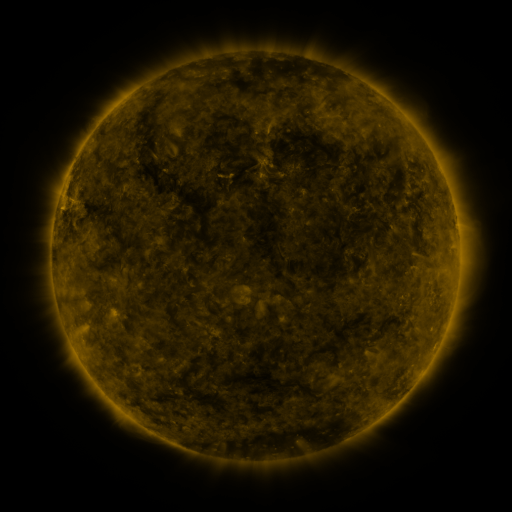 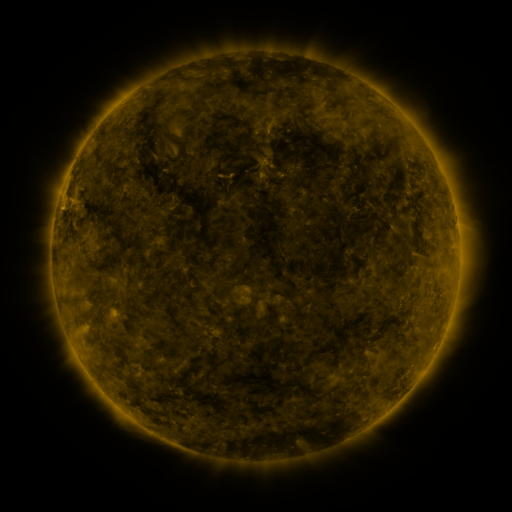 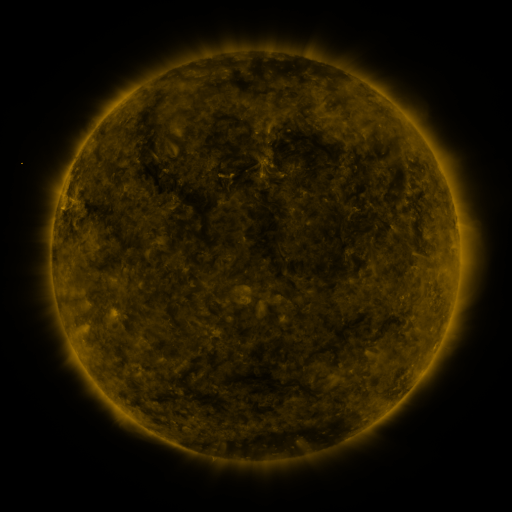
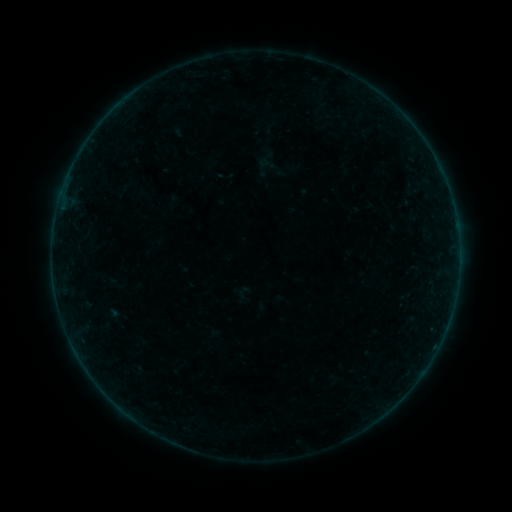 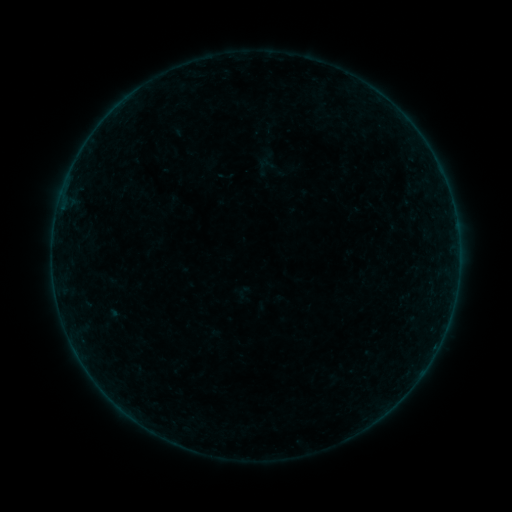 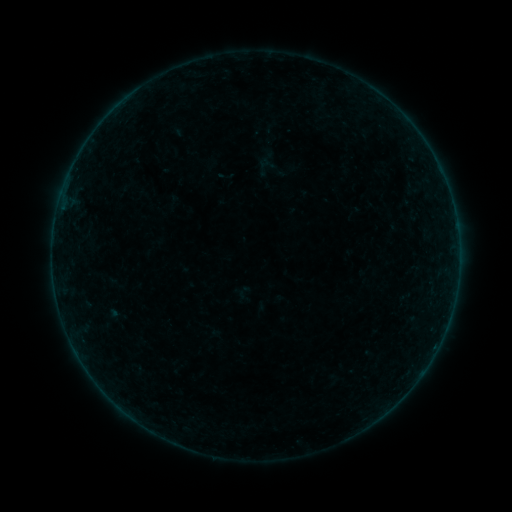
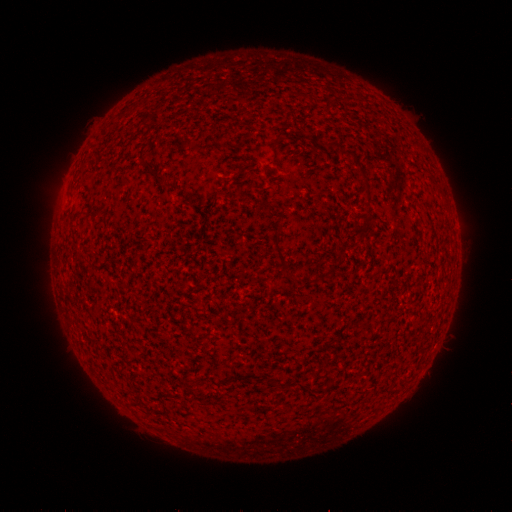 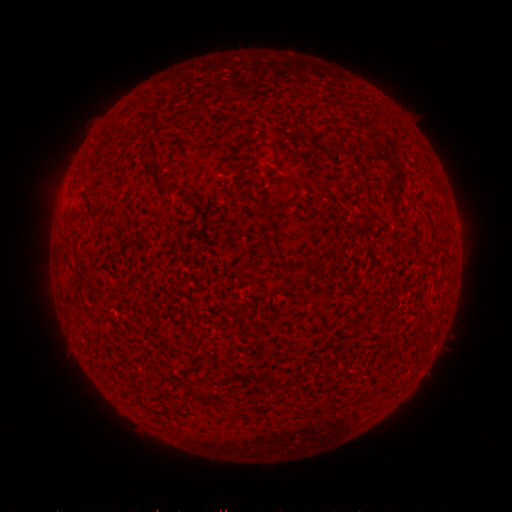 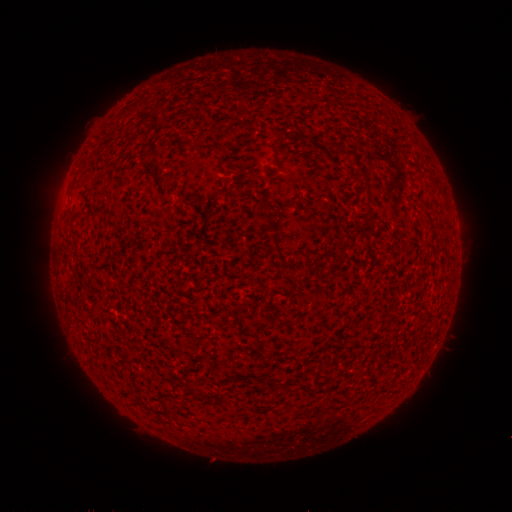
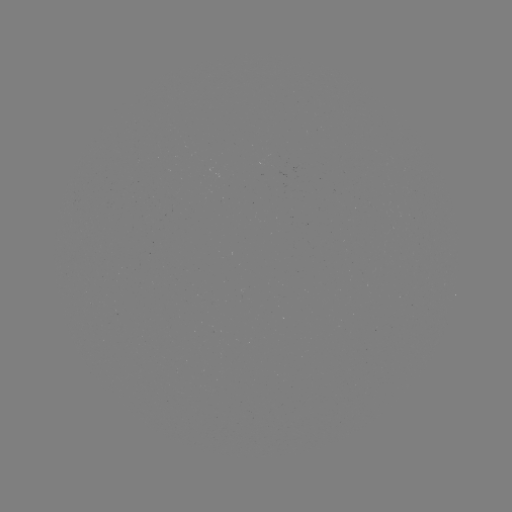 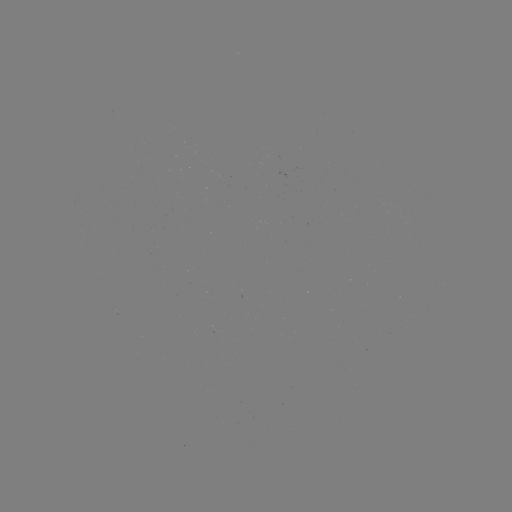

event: flare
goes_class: B2.3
